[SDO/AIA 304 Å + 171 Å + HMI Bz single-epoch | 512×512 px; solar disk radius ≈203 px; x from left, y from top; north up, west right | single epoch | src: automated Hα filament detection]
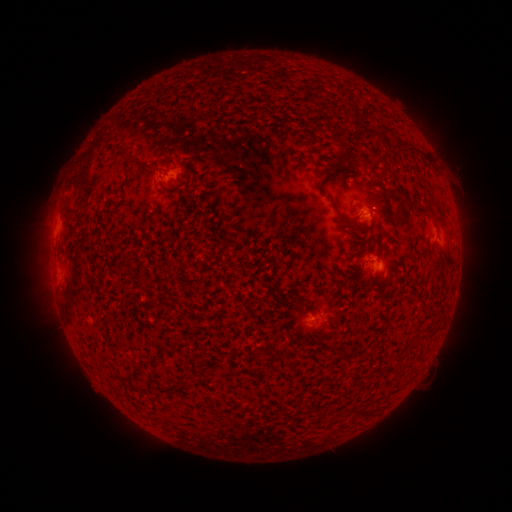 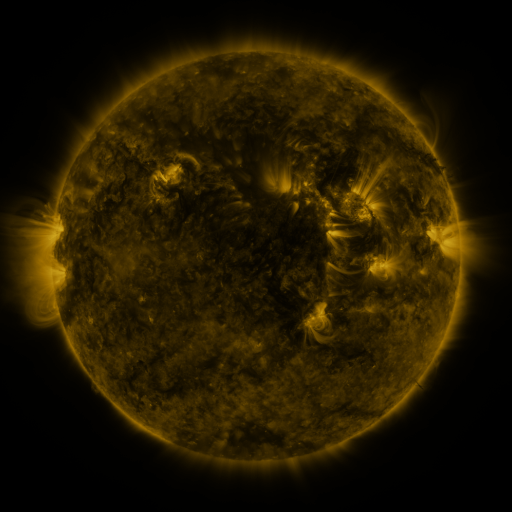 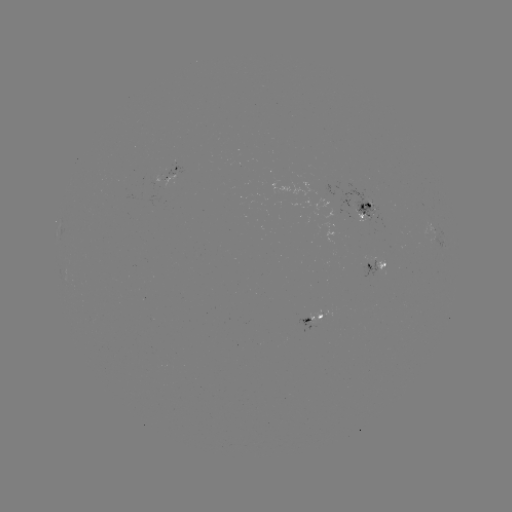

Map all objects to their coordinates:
filament: (340, 142)
filament: (407, 145)
filament: (381, 191)
filament: (169, 192)
filament: (69, 210)
filament: (425, 210)
filament: (404, 211)
filament: (349, 221)
filament: (415, 295)
filament: (301, 303)
filament: (108, 317)
